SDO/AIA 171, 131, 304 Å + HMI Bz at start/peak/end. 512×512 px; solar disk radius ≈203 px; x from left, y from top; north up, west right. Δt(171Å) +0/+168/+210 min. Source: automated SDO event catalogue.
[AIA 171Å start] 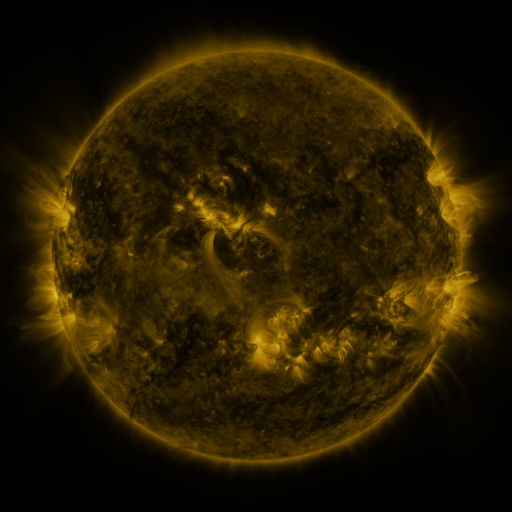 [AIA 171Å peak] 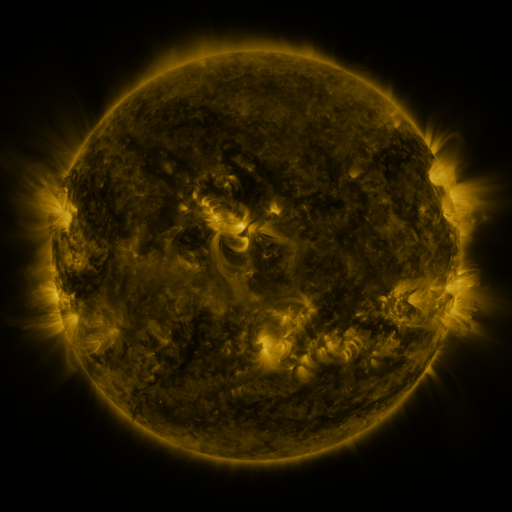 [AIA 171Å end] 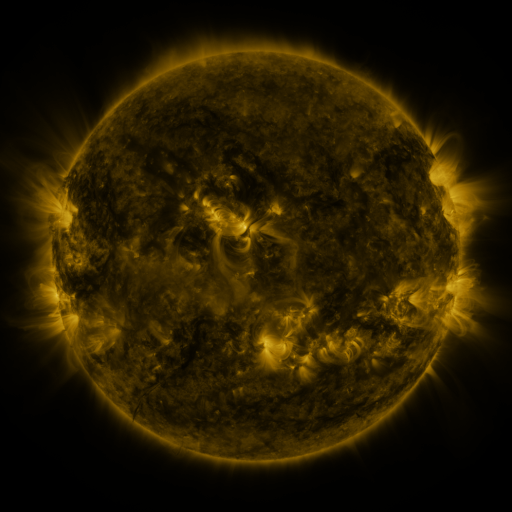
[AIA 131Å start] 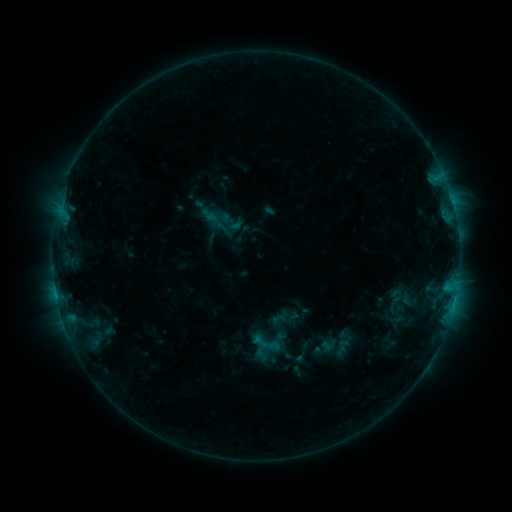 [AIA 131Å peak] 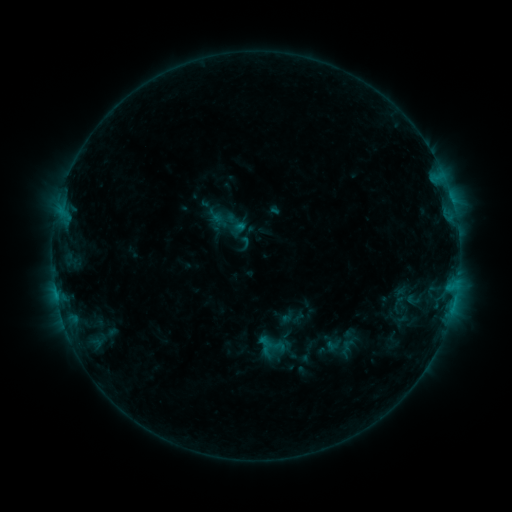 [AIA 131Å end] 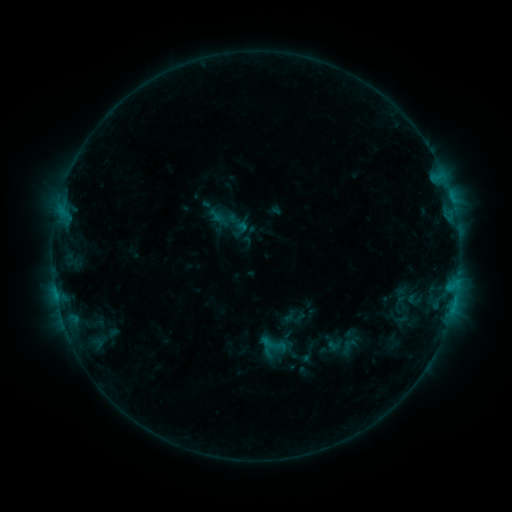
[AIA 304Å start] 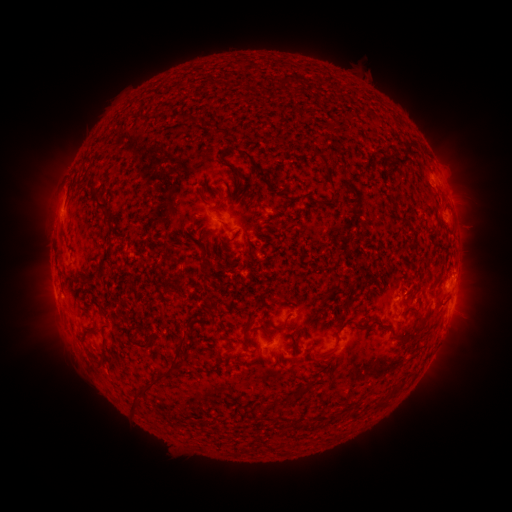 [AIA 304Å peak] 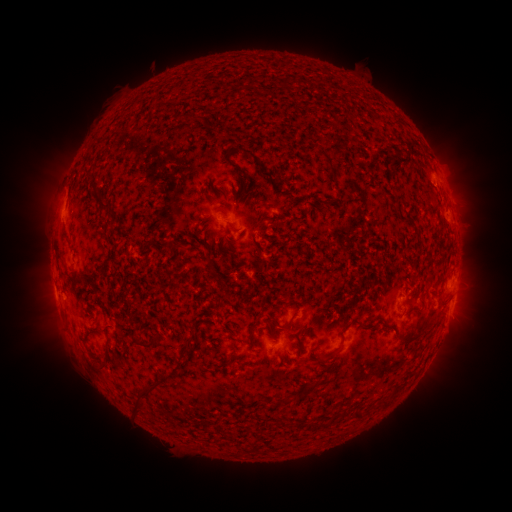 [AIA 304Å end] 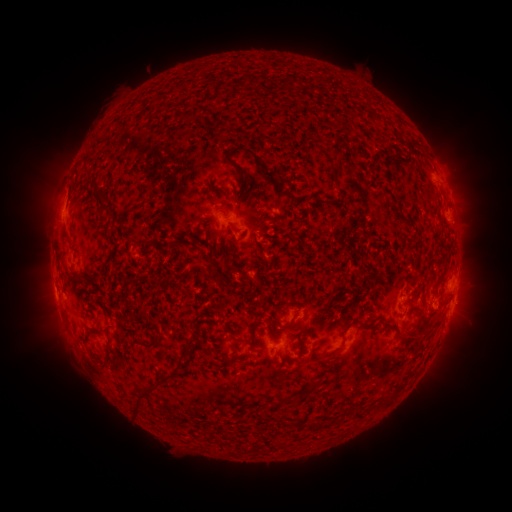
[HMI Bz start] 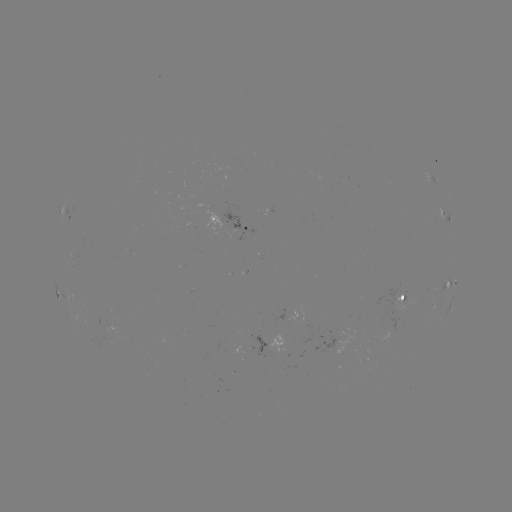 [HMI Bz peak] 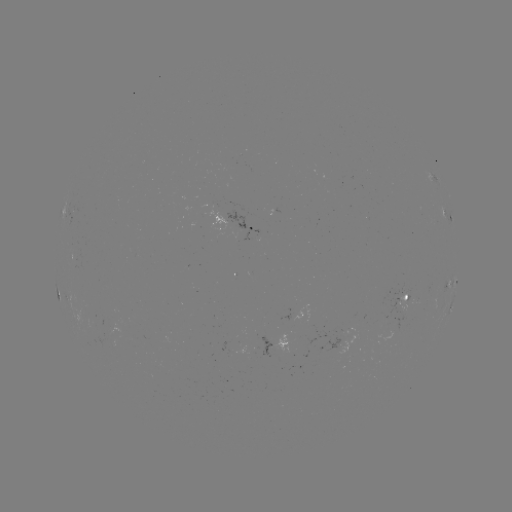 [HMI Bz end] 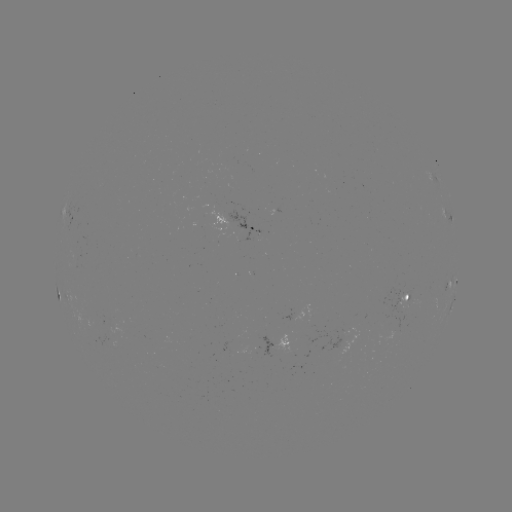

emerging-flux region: [93, 333, 116, 346]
